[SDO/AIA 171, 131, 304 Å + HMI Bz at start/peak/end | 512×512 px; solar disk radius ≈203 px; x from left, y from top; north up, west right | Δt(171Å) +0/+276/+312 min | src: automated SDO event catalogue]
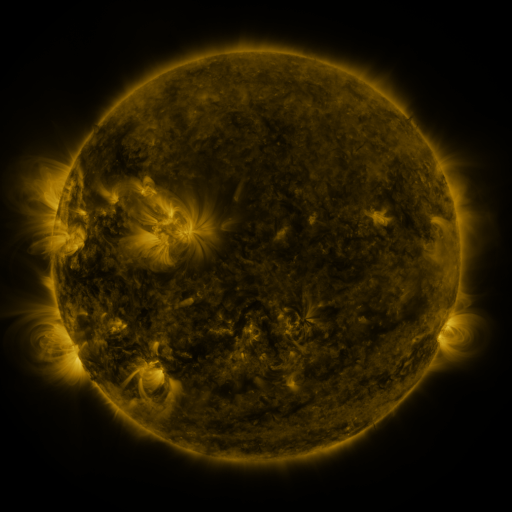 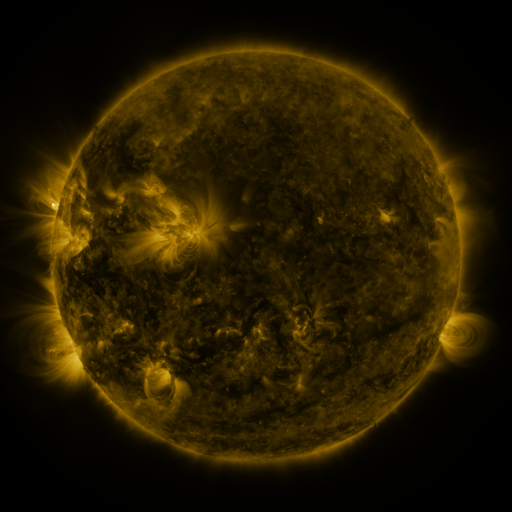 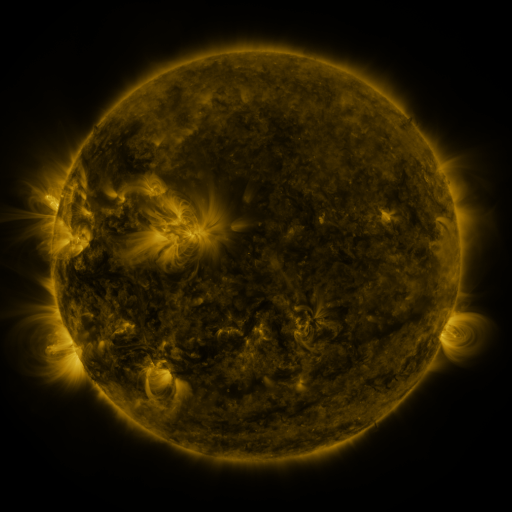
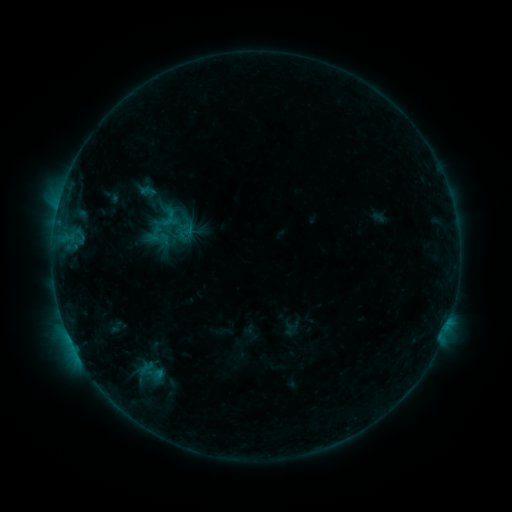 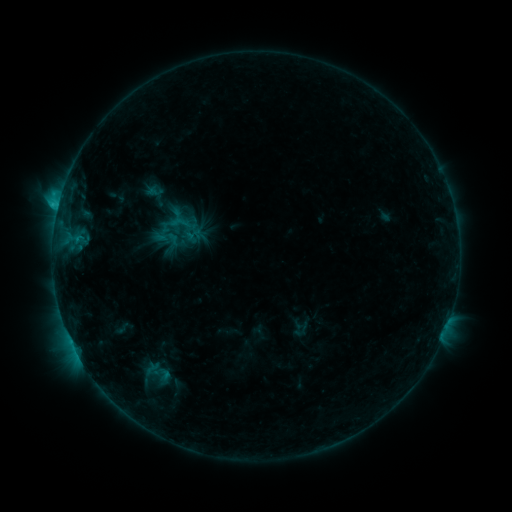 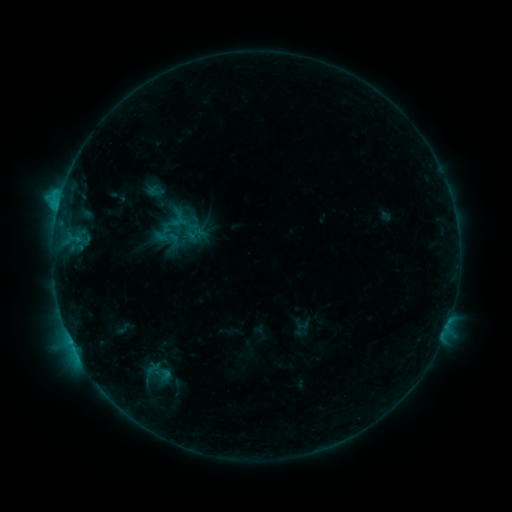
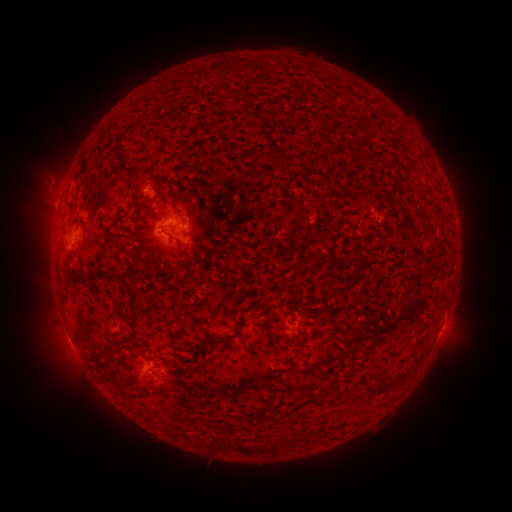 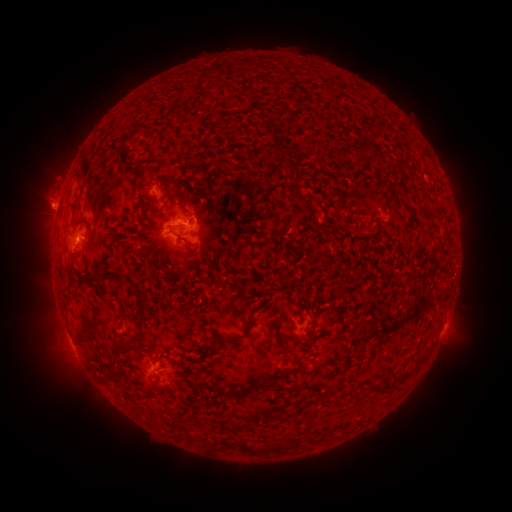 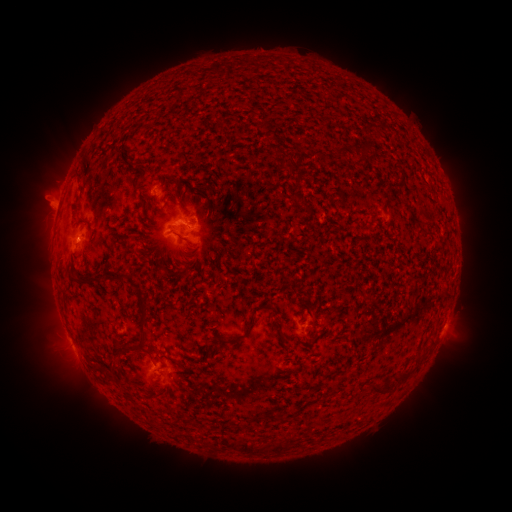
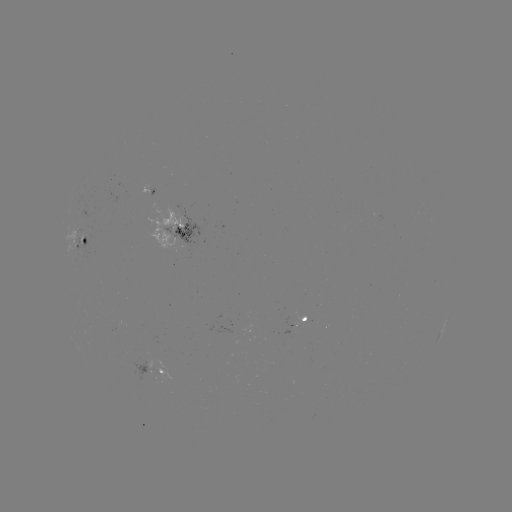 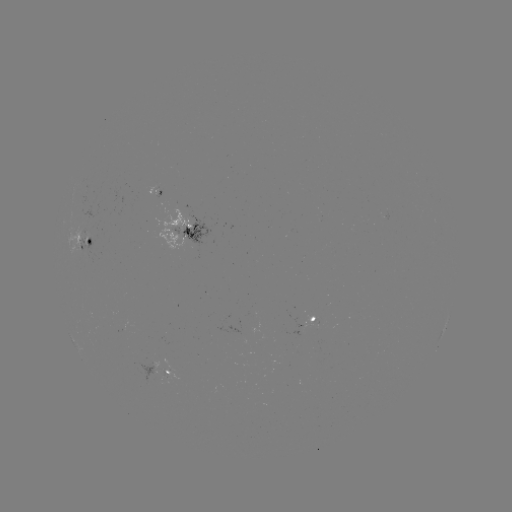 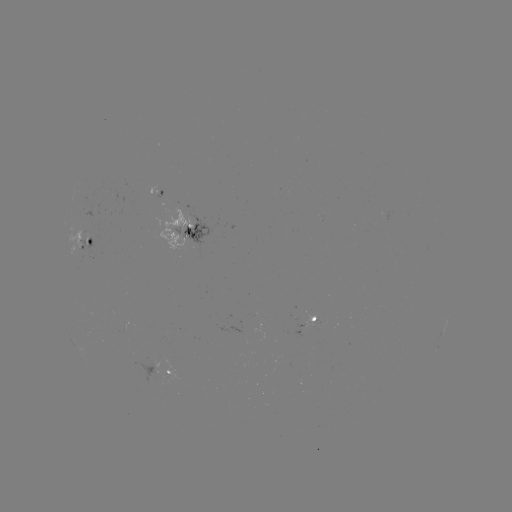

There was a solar emerging-flux region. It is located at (153, 186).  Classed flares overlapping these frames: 3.